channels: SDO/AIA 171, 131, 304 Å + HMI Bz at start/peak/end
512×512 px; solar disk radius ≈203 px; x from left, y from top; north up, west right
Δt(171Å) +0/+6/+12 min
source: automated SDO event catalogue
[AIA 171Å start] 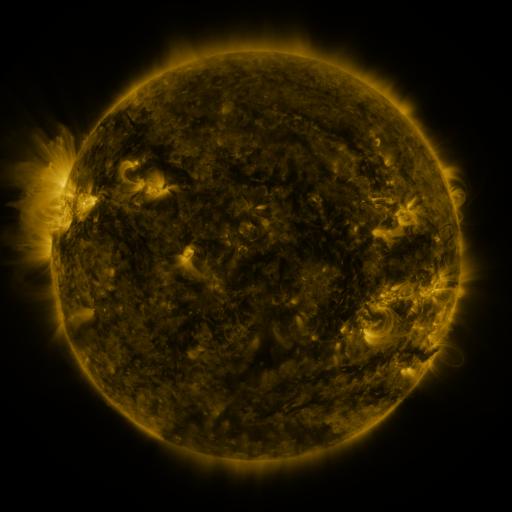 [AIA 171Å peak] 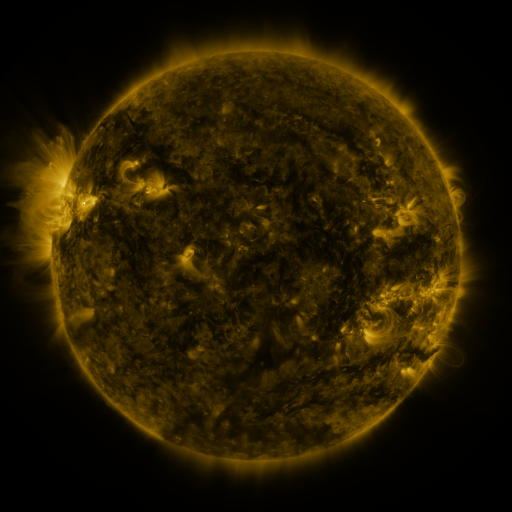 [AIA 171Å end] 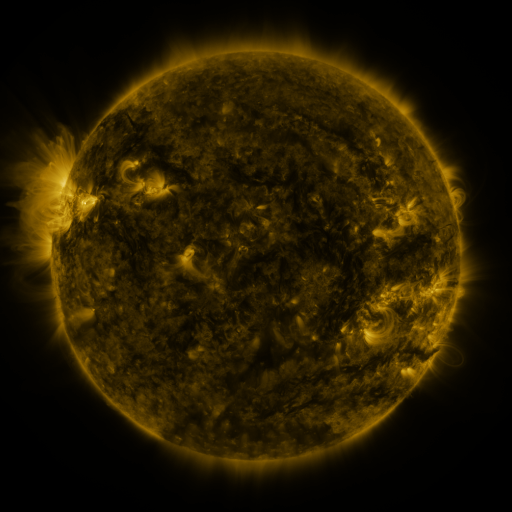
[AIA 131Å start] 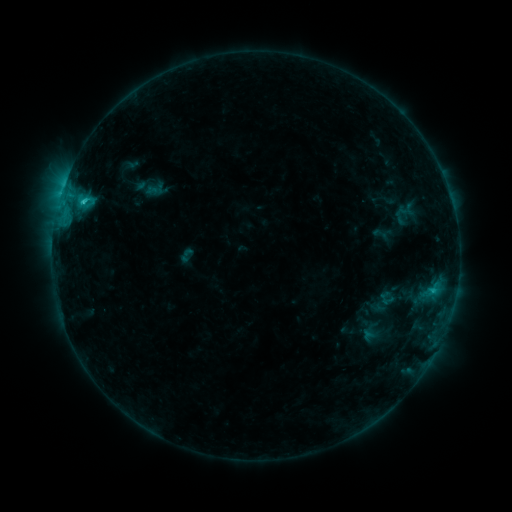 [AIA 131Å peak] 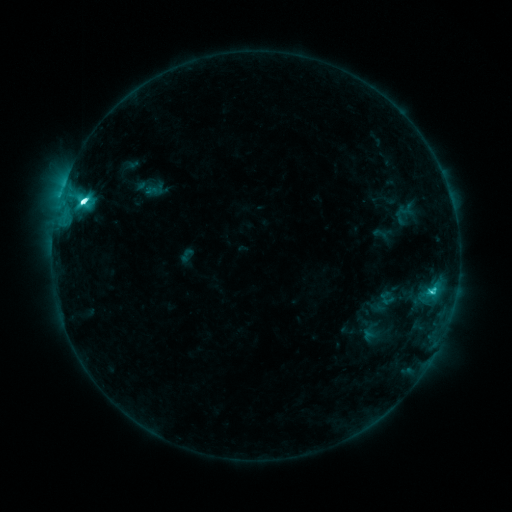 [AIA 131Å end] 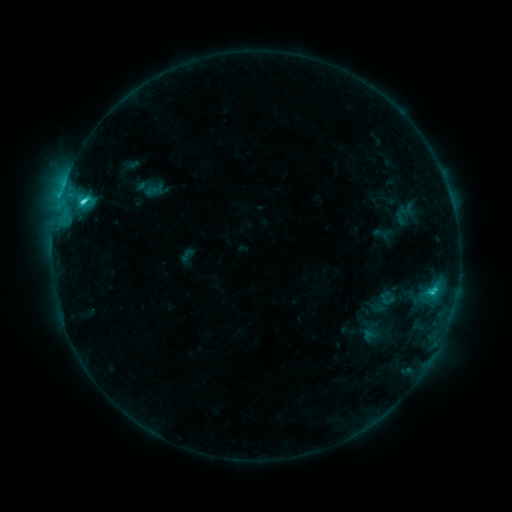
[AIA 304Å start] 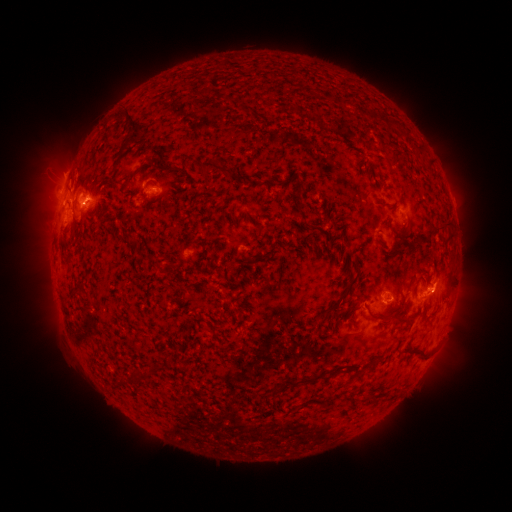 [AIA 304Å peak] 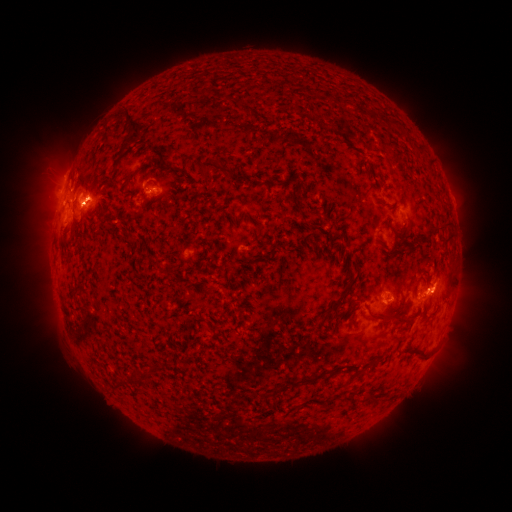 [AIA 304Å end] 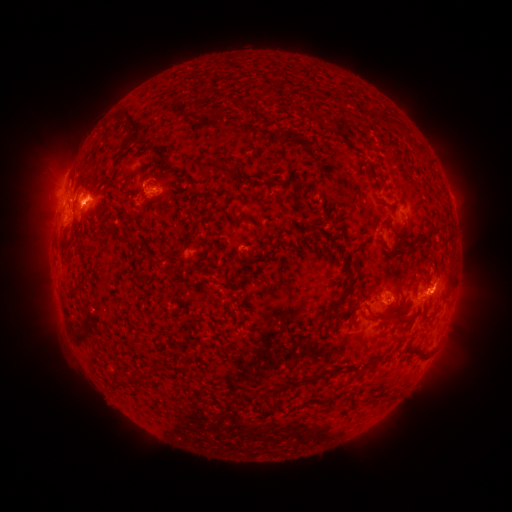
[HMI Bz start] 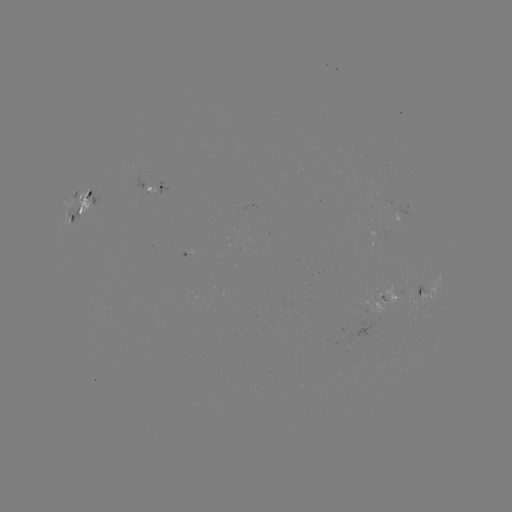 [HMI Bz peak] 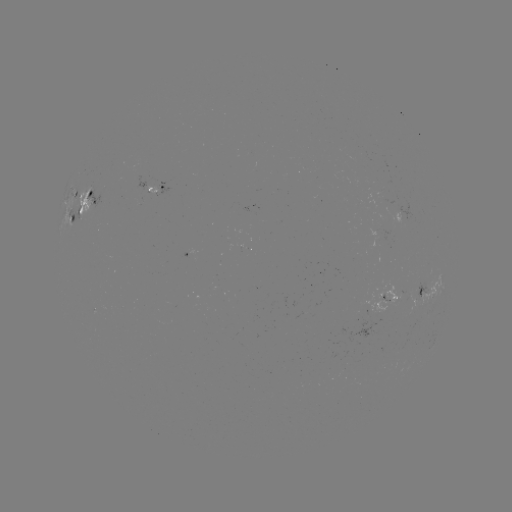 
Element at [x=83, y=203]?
C9.0 flare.